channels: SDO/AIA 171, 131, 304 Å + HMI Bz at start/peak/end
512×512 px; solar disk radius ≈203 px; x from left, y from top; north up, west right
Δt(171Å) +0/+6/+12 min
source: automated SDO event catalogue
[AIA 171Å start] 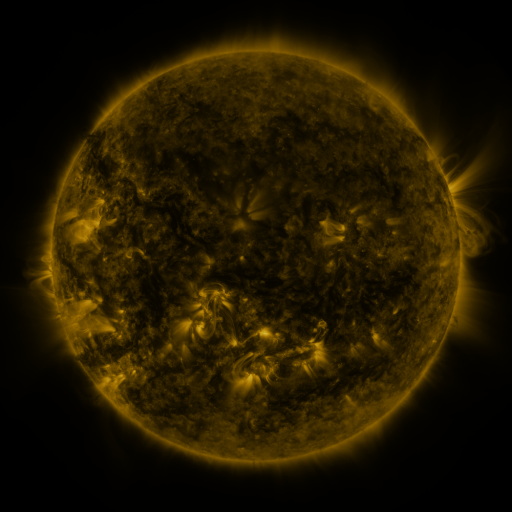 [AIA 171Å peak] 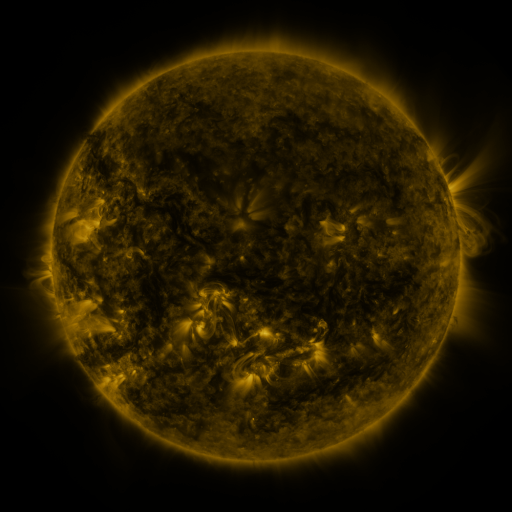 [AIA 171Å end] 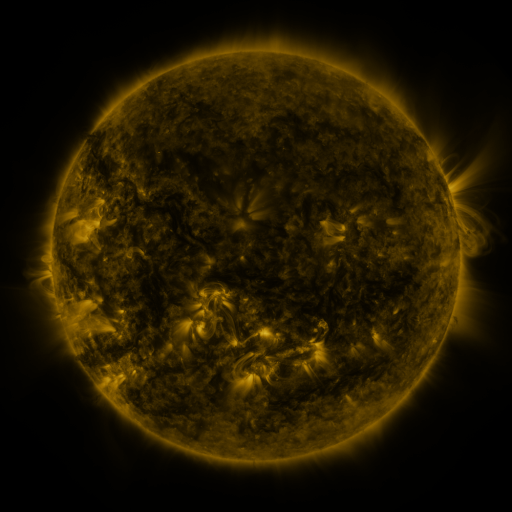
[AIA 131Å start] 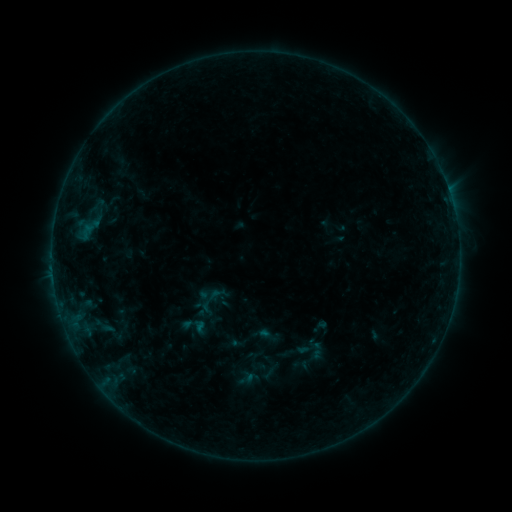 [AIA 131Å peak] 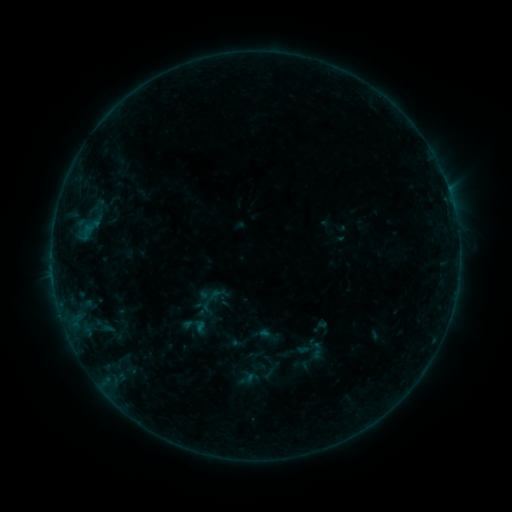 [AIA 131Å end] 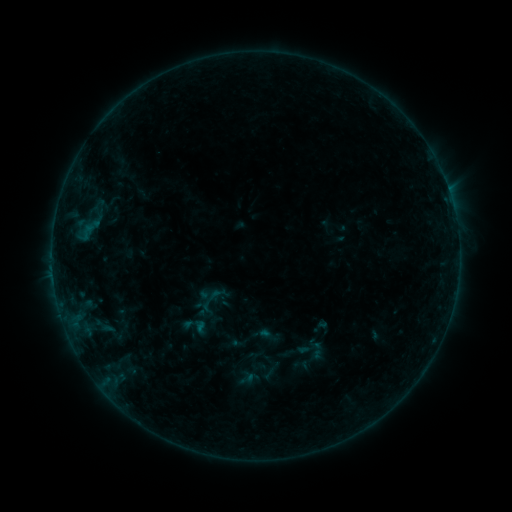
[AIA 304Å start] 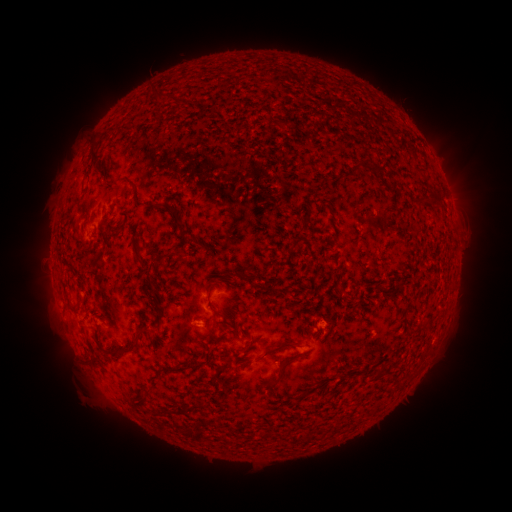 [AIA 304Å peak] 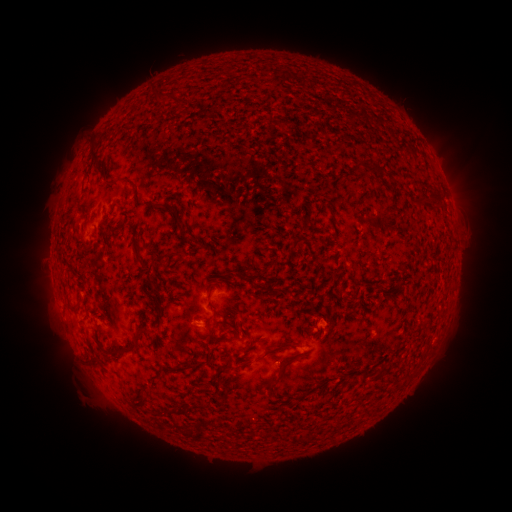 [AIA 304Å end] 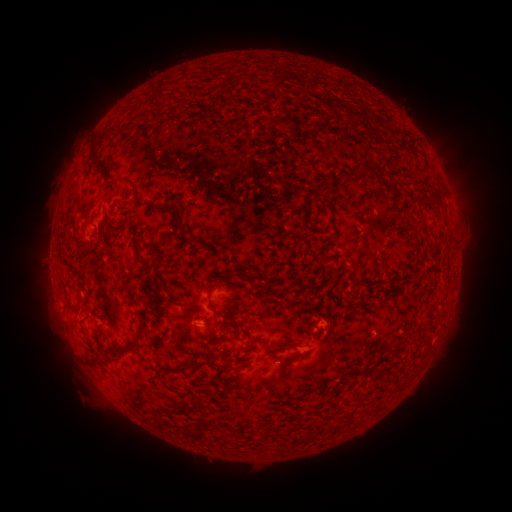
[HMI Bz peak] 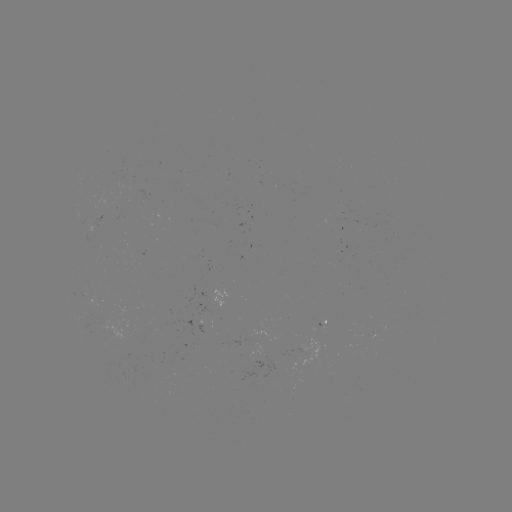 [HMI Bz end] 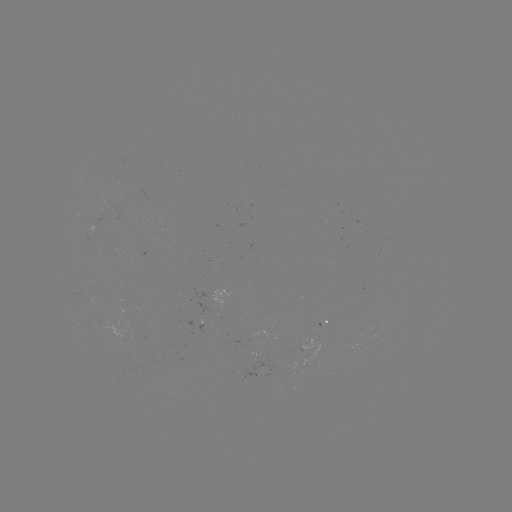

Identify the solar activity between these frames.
no catalogued flare and no flagged EUV brightening in this window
